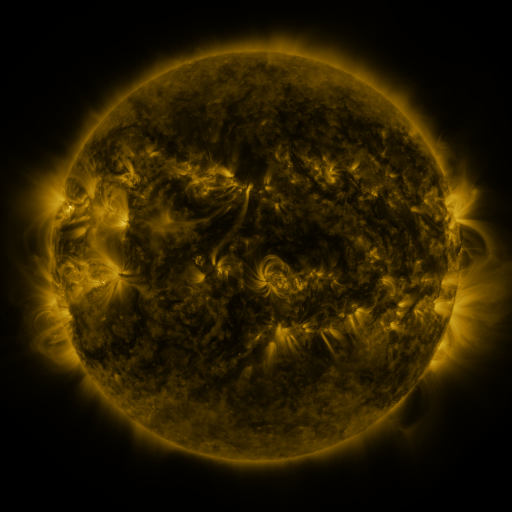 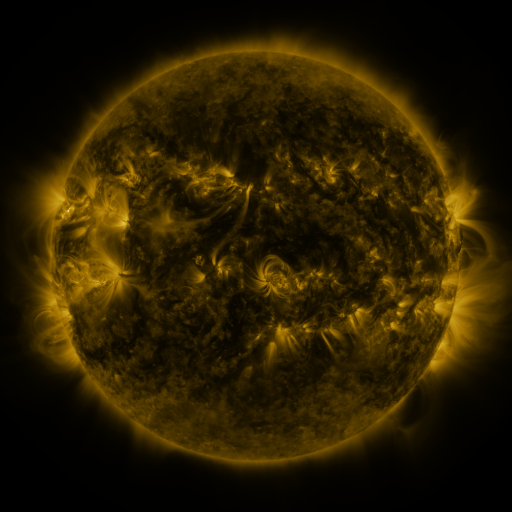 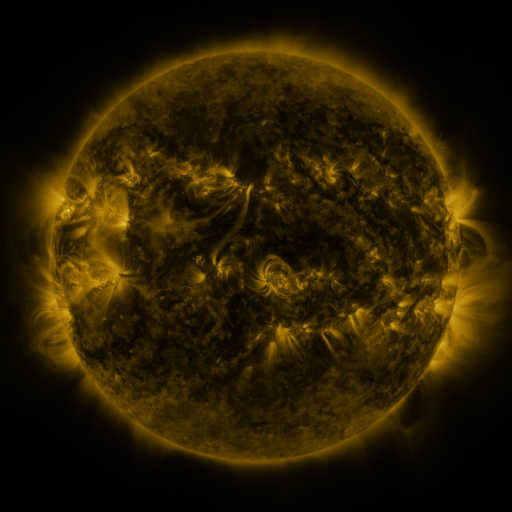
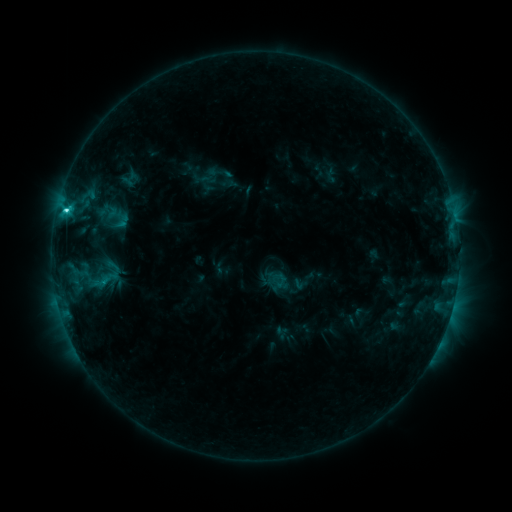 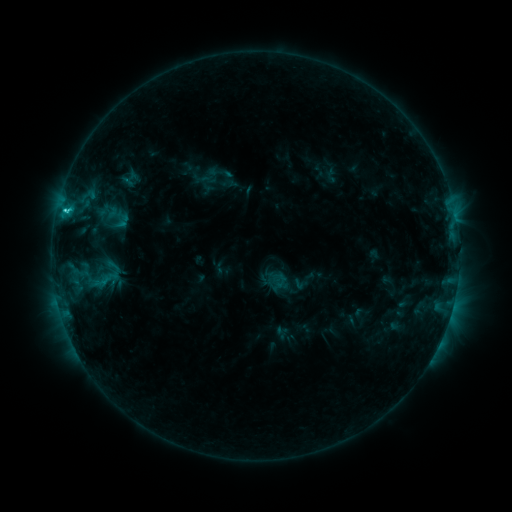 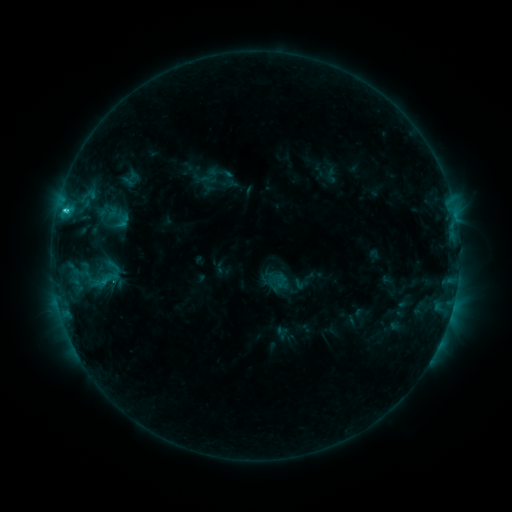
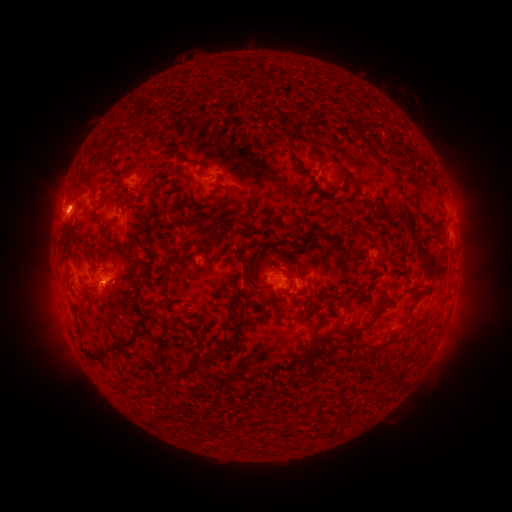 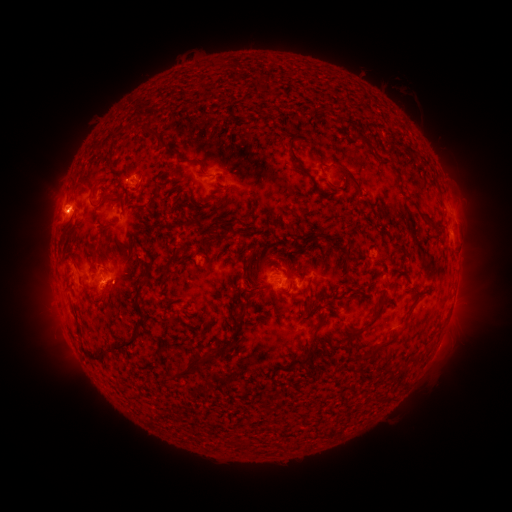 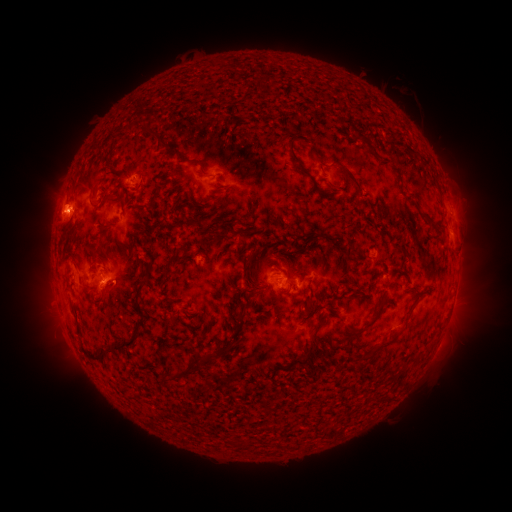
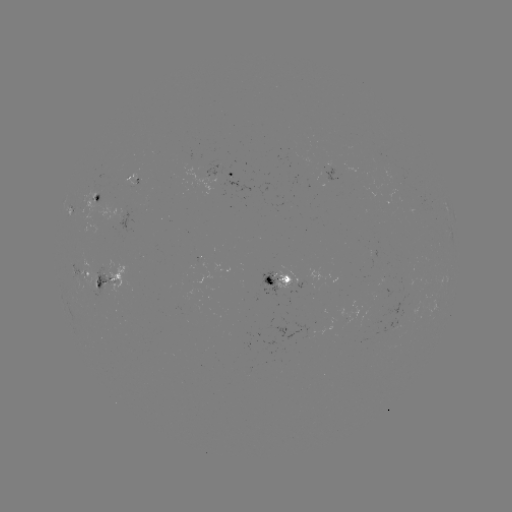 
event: eruption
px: (127, 281)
